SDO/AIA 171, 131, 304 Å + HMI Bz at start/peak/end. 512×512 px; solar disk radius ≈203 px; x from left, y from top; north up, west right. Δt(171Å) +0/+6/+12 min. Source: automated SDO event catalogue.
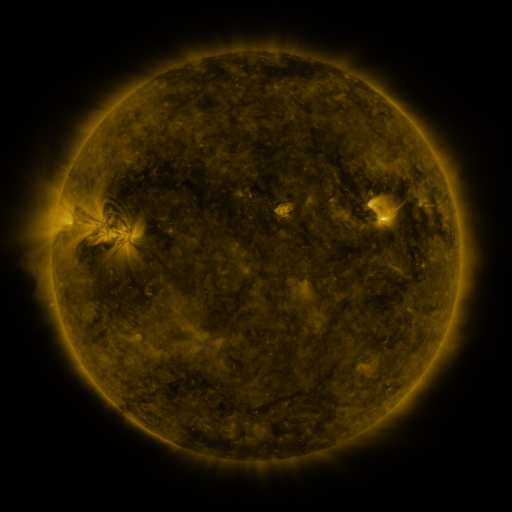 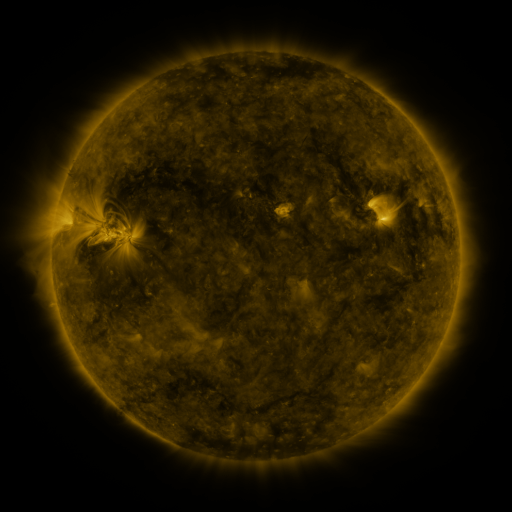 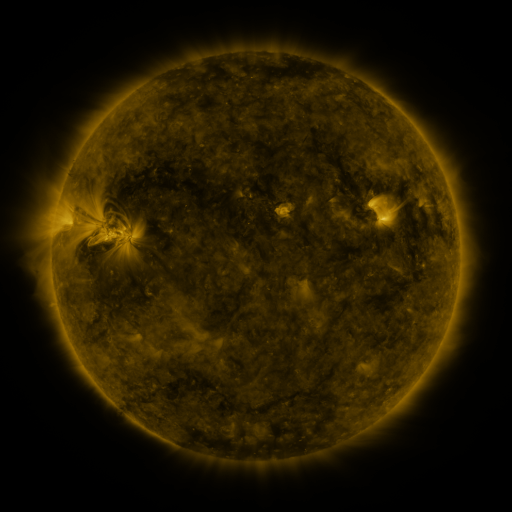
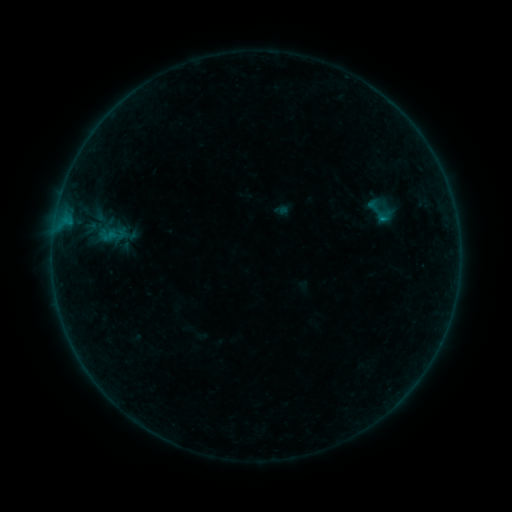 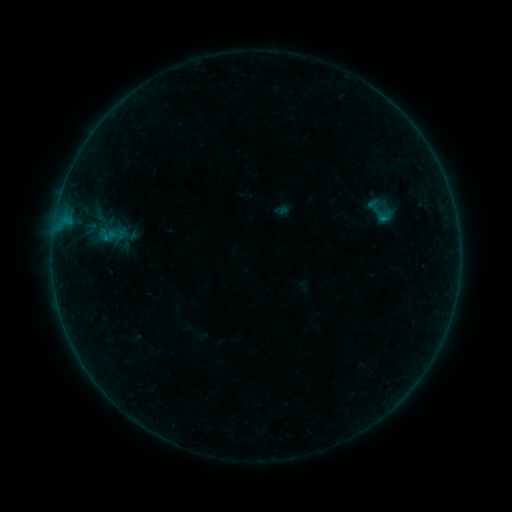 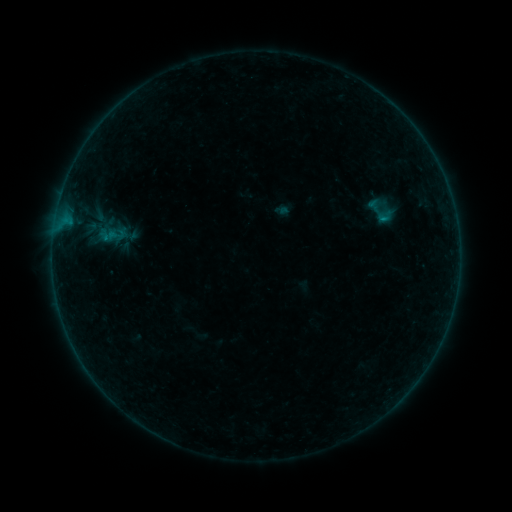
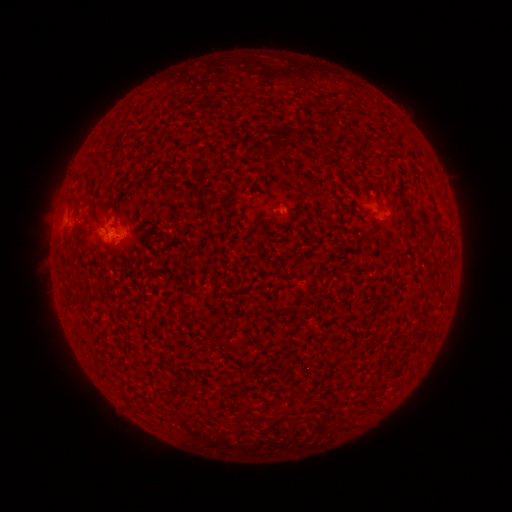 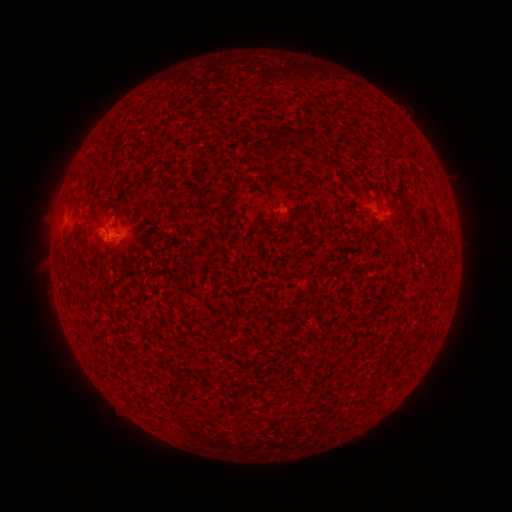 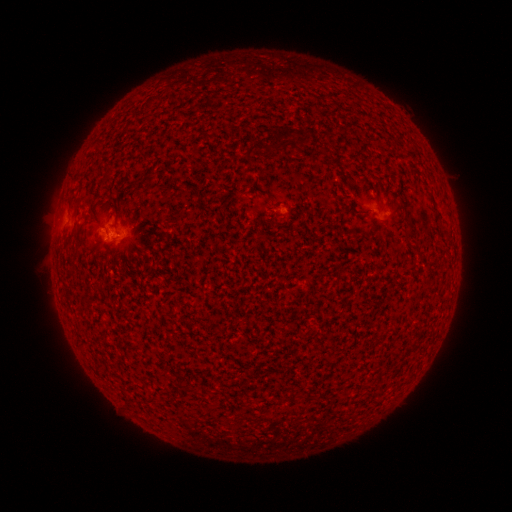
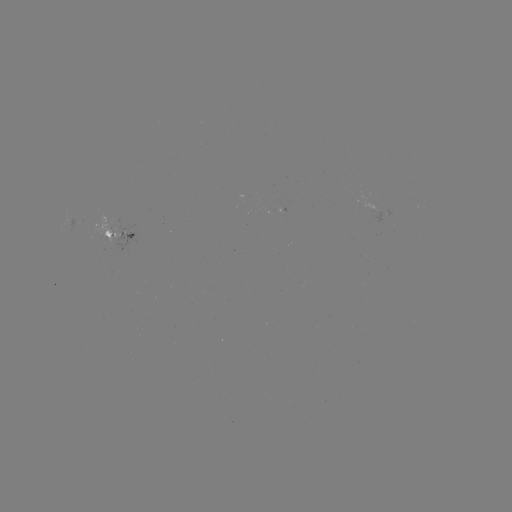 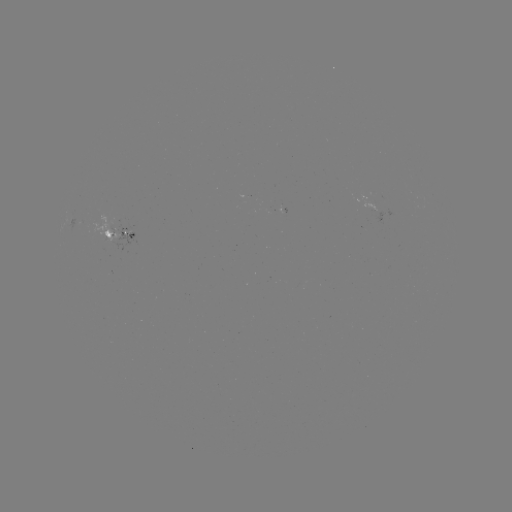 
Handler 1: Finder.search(B1.6 flare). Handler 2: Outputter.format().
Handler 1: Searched B1.6 flare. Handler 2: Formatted [107, 241].